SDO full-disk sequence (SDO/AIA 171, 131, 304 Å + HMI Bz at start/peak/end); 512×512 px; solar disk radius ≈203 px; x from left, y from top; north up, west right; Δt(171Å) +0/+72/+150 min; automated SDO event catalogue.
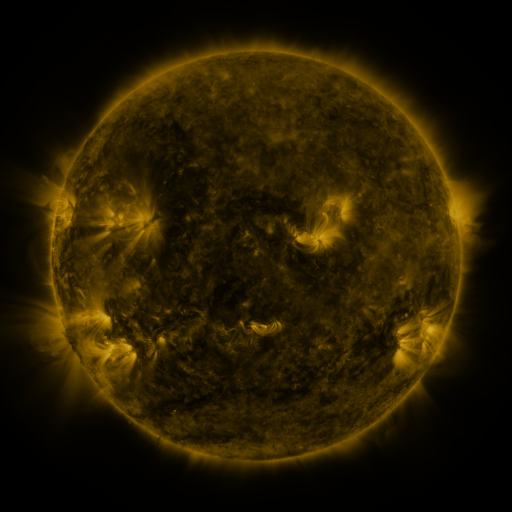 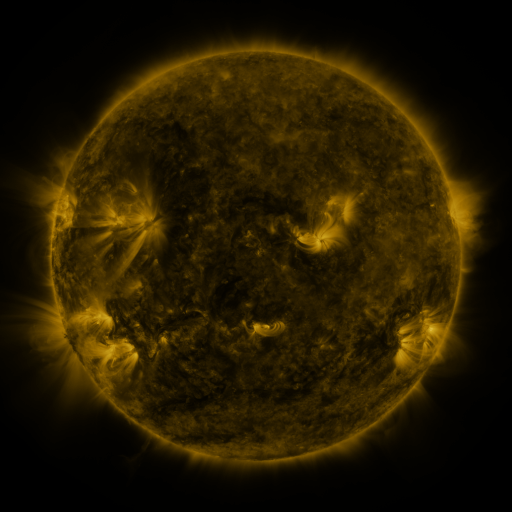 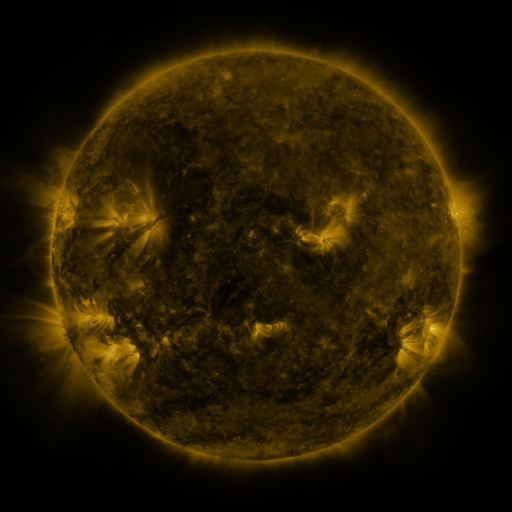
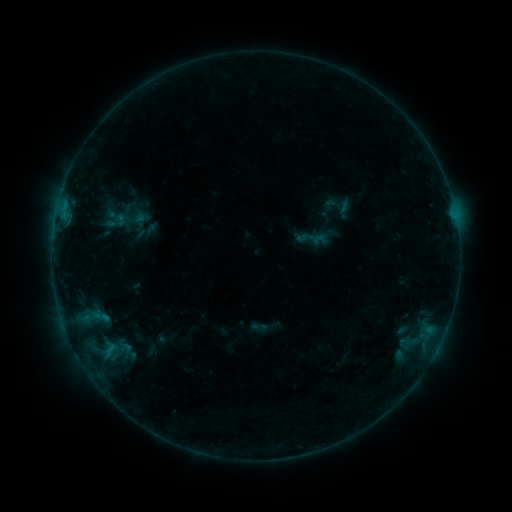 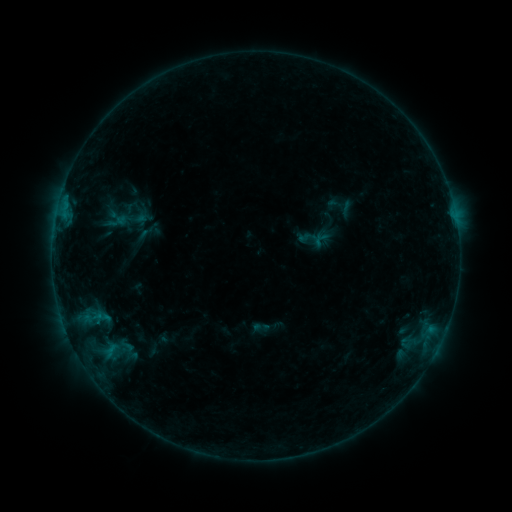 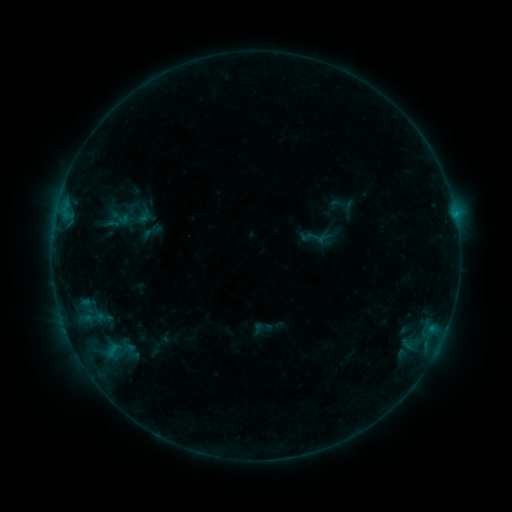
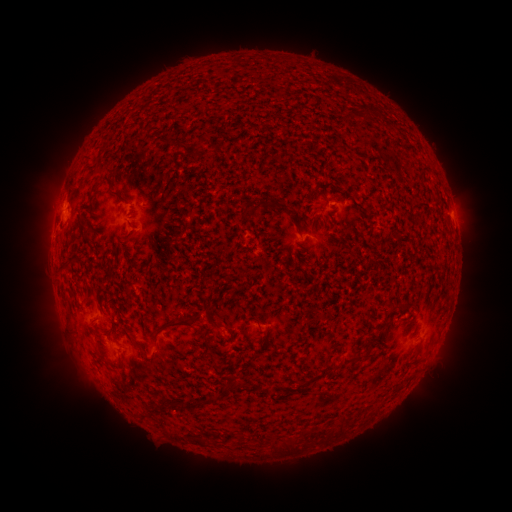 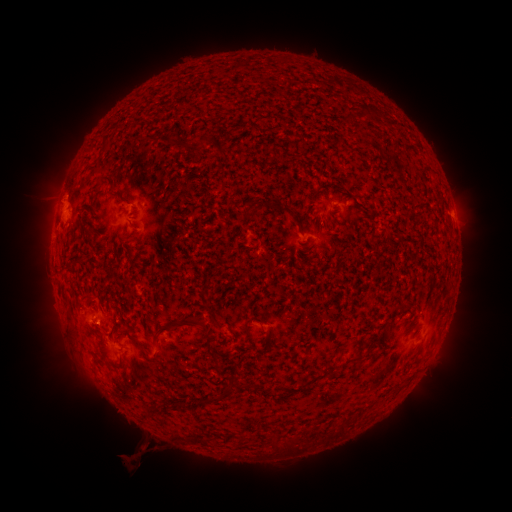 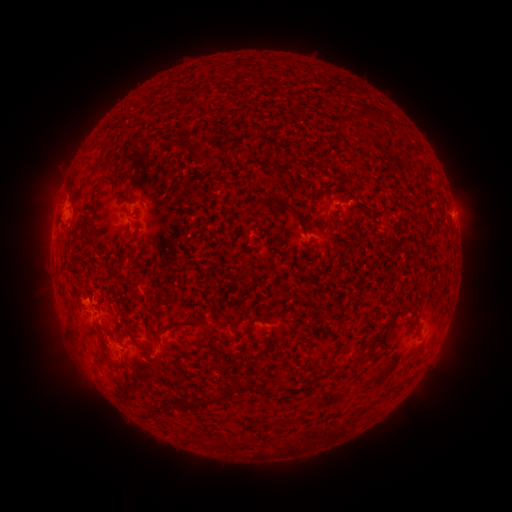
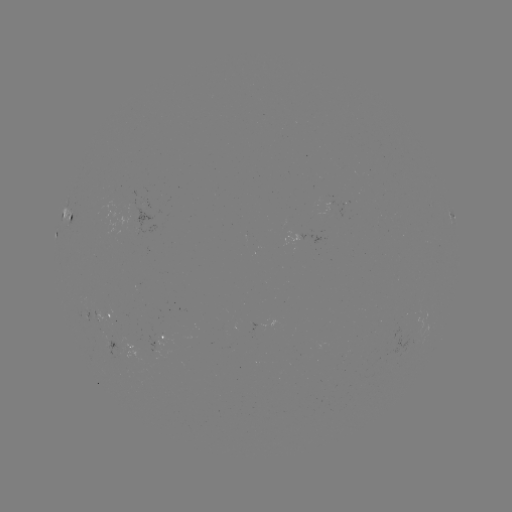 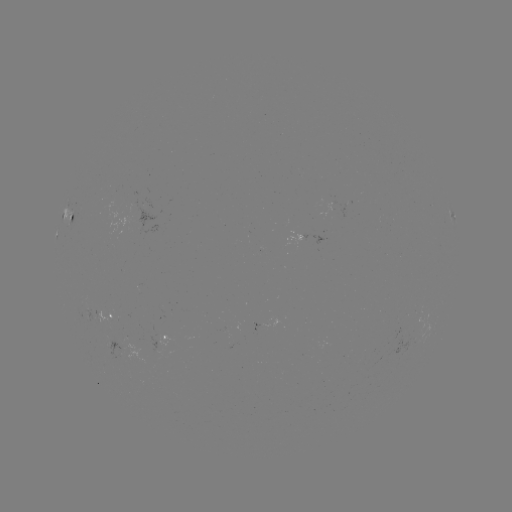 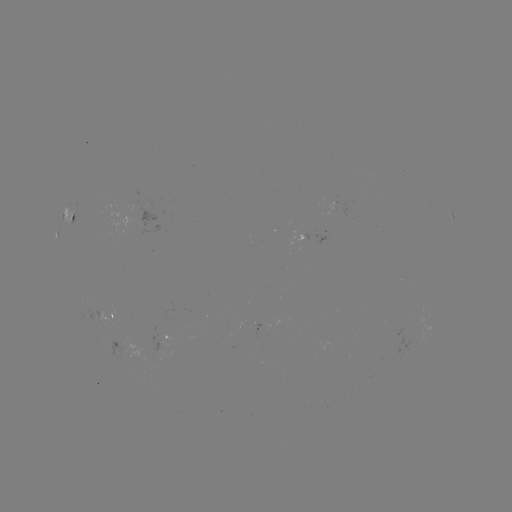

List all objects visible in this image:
filament eruption: (131, 457)
